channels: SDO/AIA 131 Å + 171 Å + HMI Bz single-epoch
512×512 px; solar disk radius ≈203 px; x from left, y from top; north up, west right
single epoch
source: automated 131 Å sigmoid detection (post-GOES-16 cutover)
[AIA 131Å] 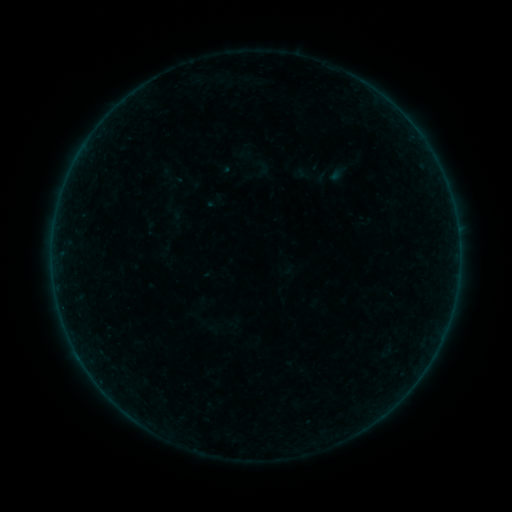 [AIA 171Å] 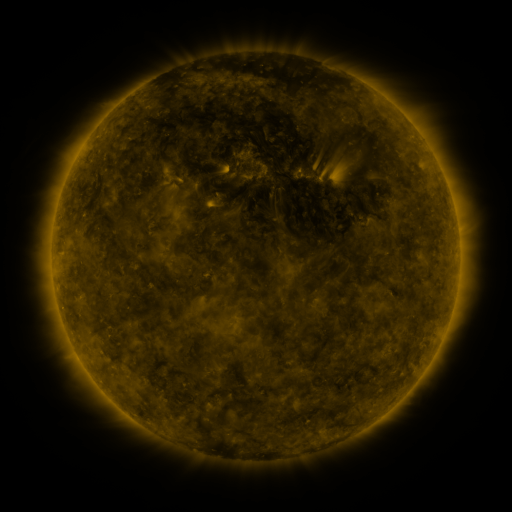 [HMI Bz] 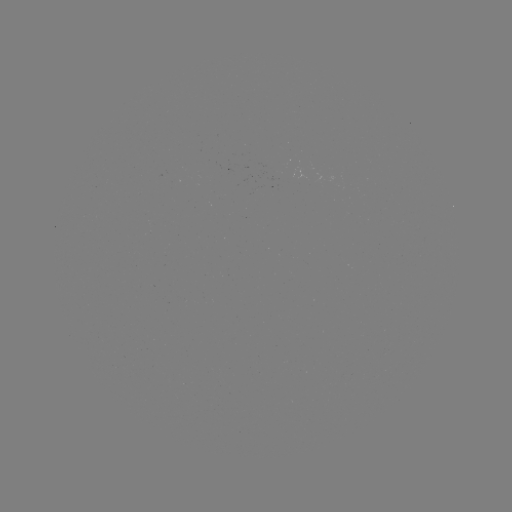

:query sigmoid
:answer [262, 166]